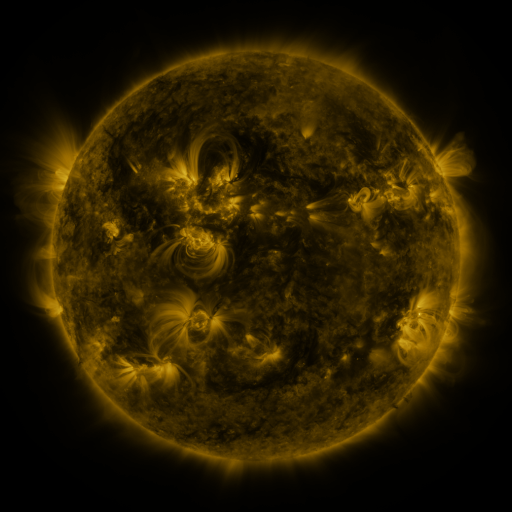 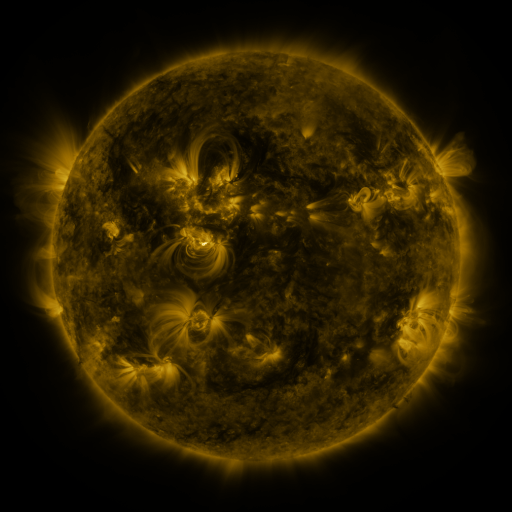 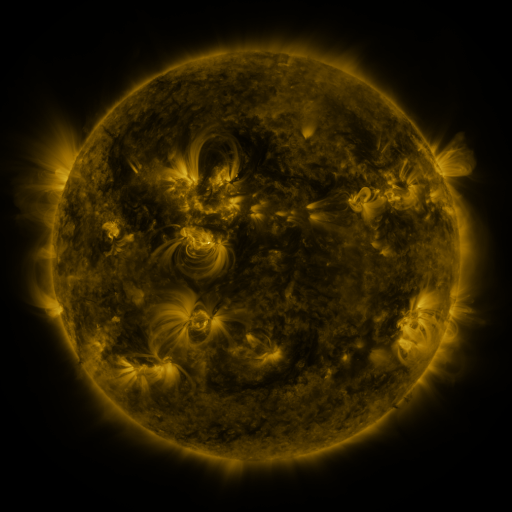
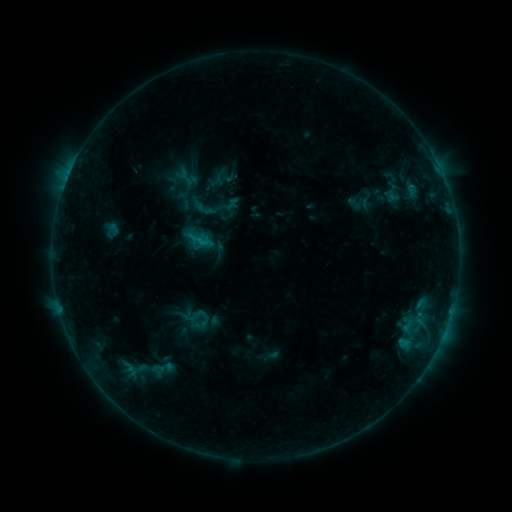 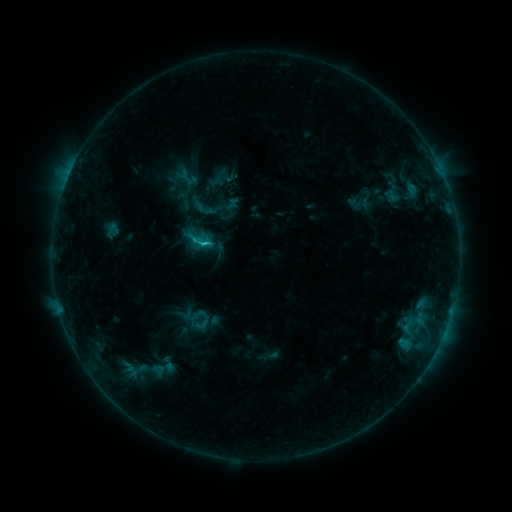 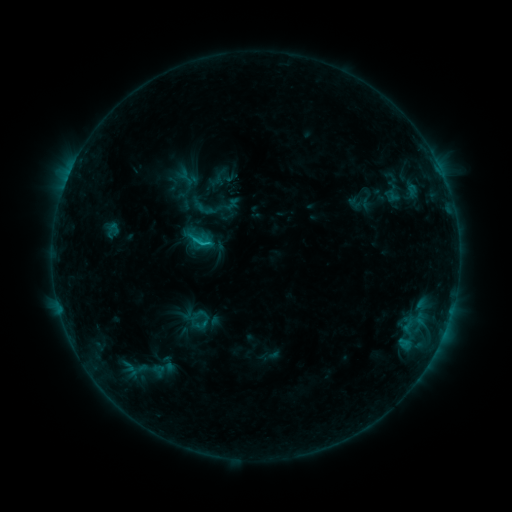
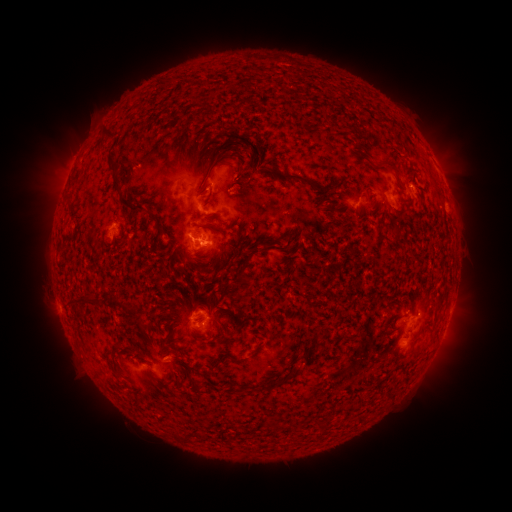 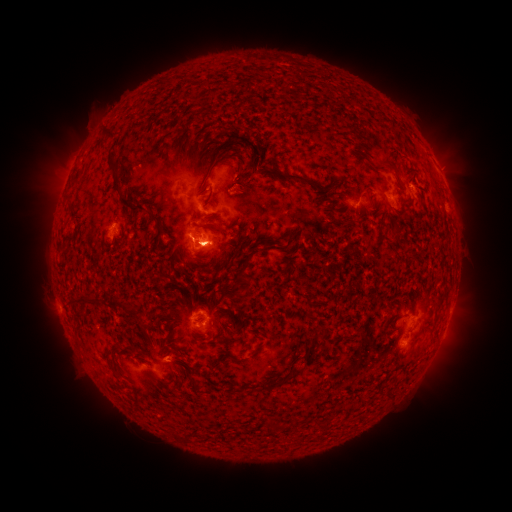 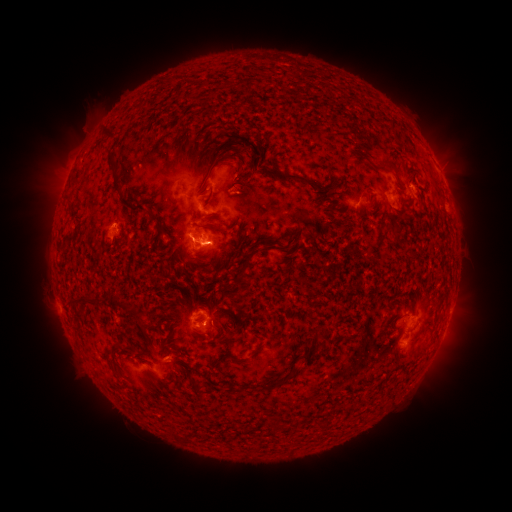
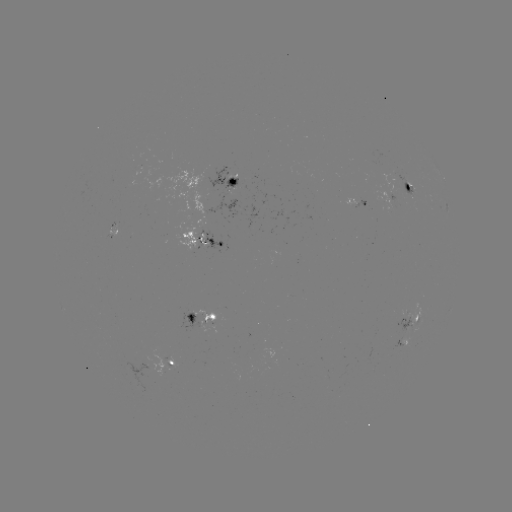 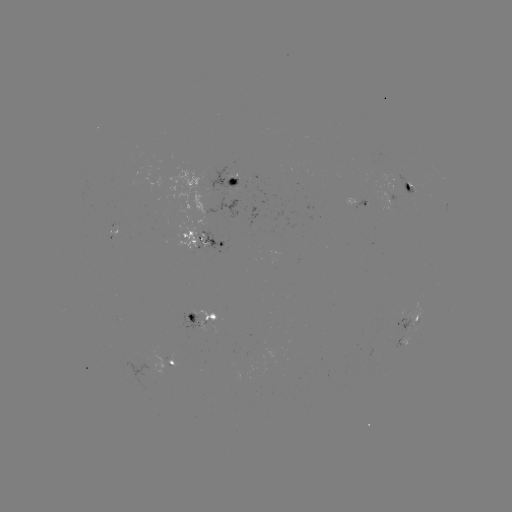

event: flare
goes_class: C1.3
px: (207, 244)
